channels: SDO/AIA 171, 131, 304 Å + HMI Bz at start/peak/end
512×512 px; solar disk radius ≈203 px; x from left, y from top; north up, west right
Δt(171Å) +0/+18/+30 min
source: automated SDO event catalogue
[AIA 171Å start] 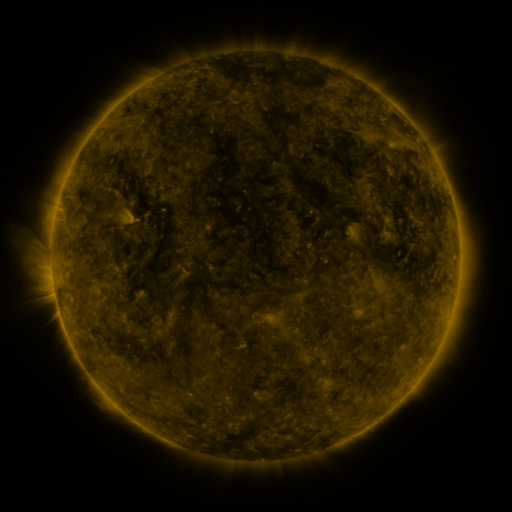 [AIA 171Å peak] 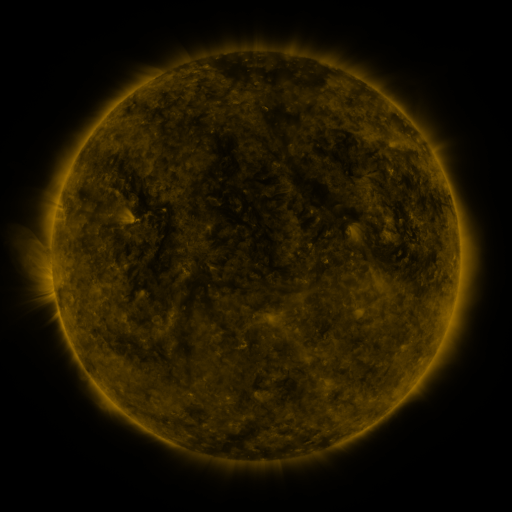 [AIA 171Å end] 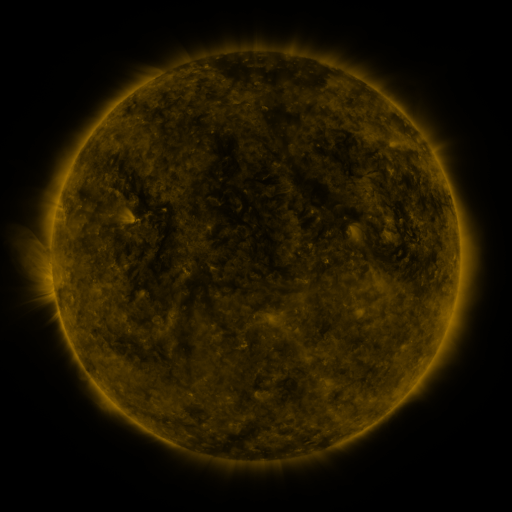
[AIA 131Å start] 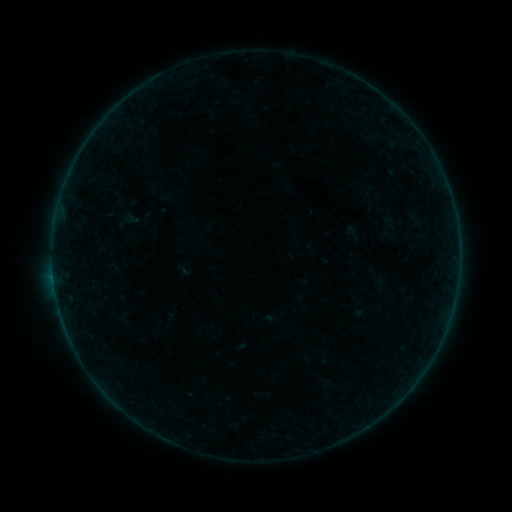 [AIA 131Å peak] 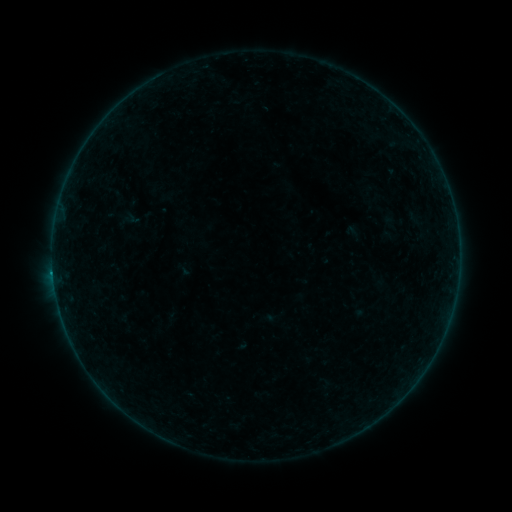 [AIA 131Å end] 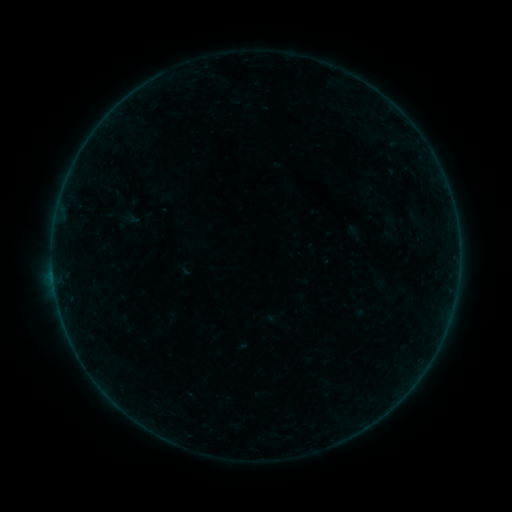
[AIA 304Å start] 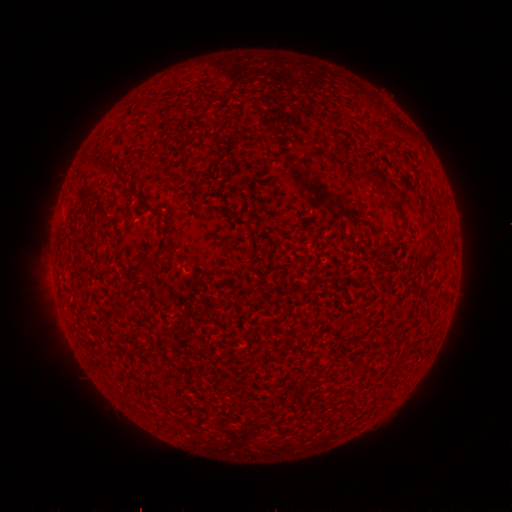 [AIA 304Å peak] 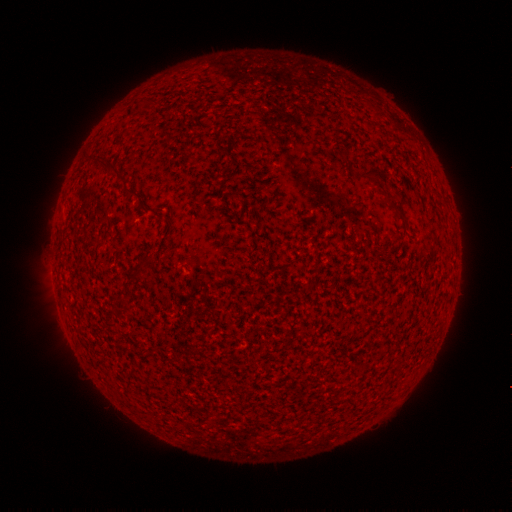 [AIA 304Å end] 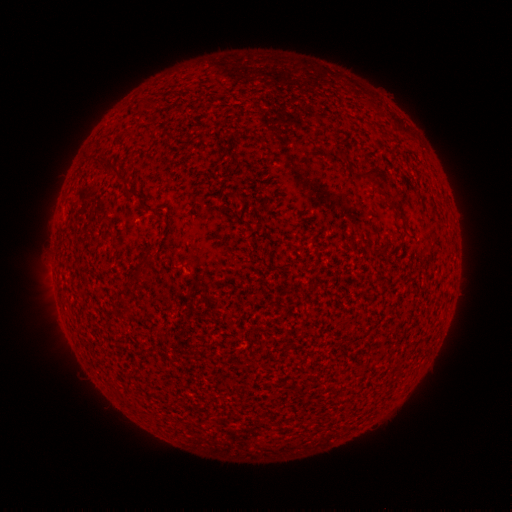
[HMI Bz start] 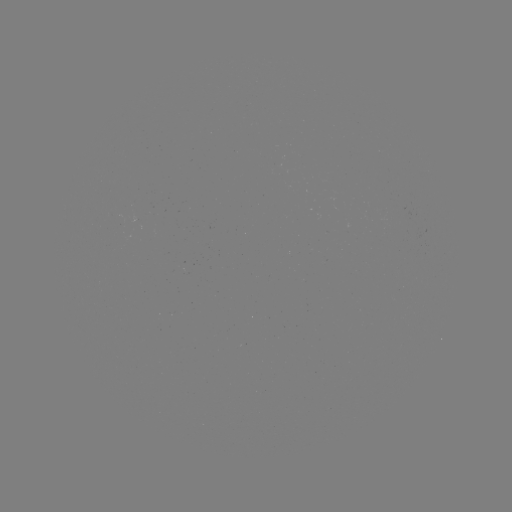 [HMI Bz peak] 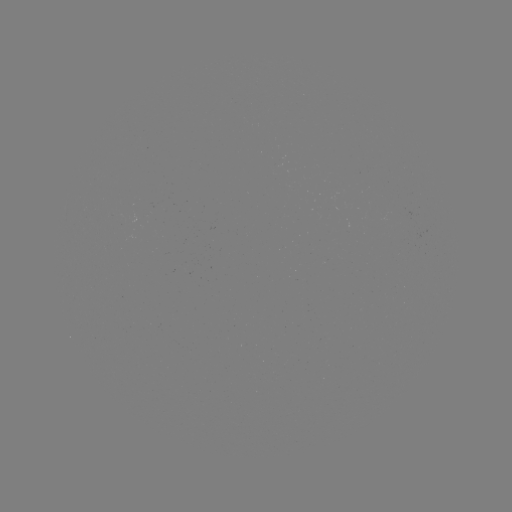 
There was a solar flare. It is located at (53, 270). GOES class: B1.8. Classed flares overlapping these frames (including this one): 1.